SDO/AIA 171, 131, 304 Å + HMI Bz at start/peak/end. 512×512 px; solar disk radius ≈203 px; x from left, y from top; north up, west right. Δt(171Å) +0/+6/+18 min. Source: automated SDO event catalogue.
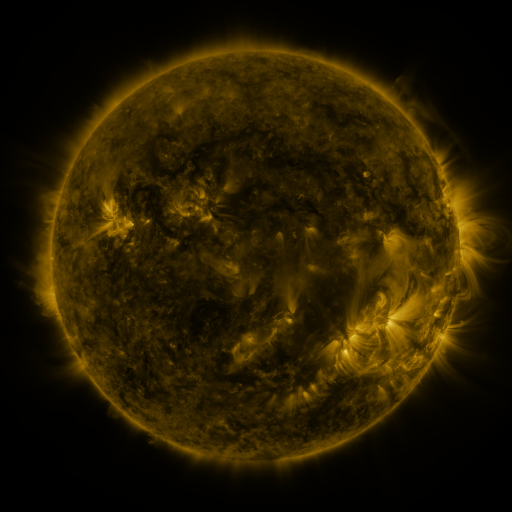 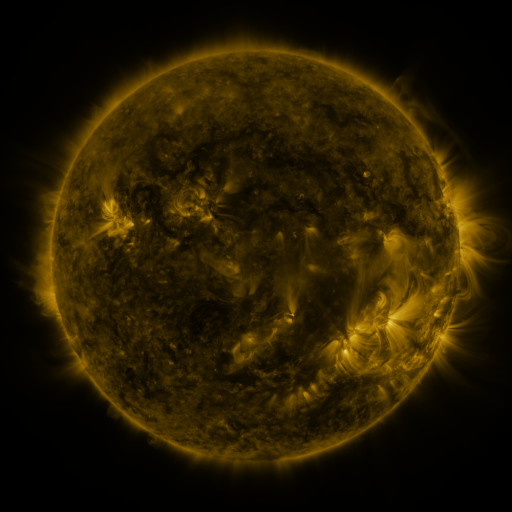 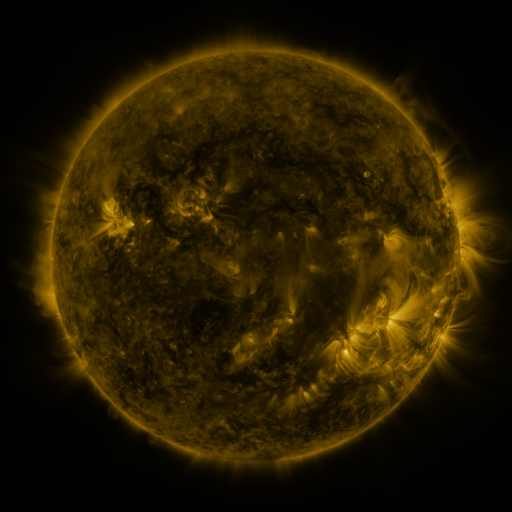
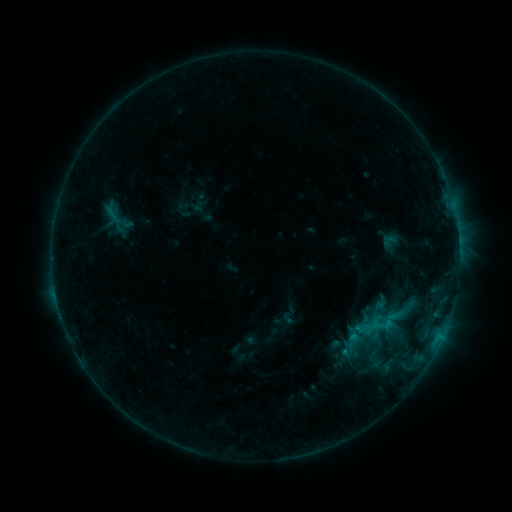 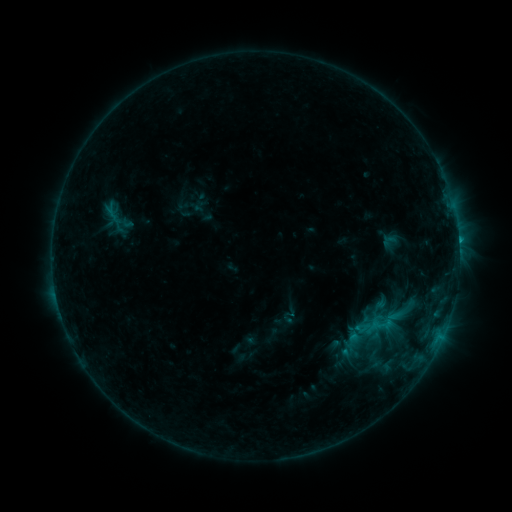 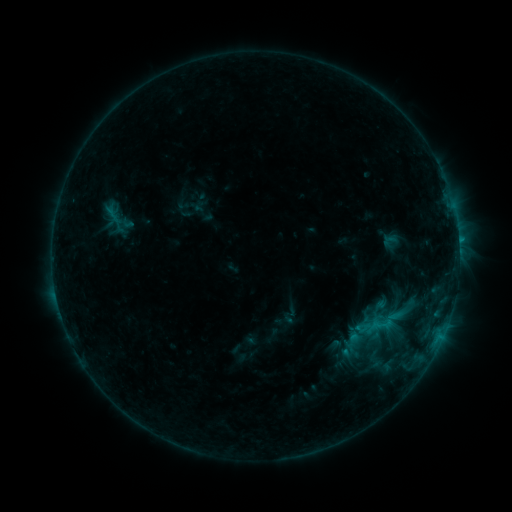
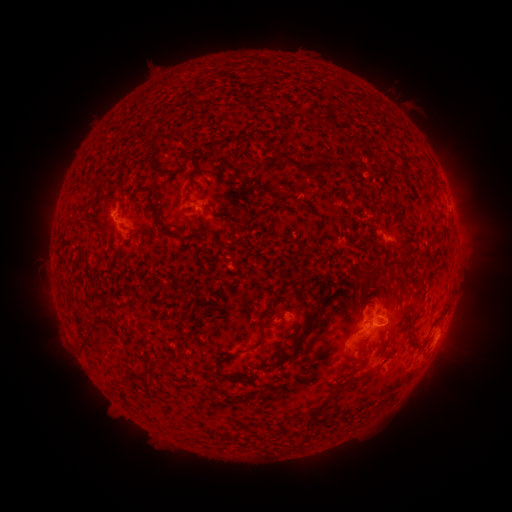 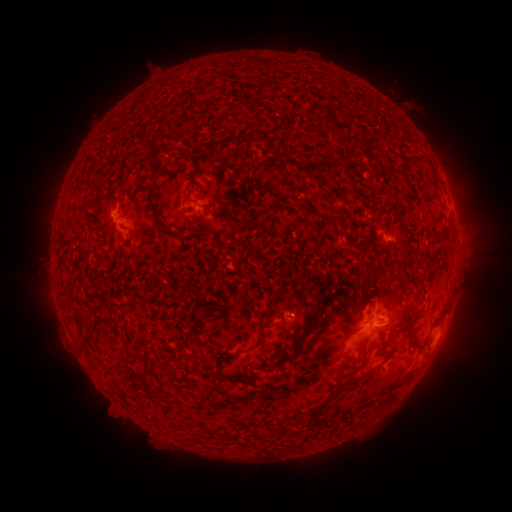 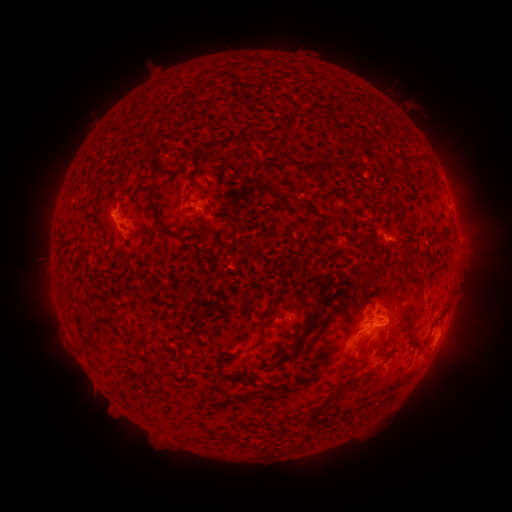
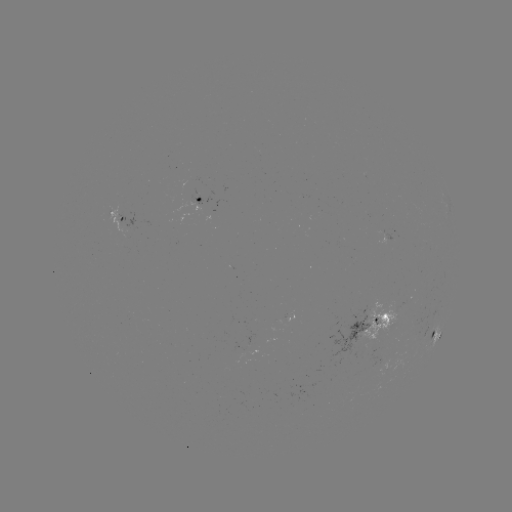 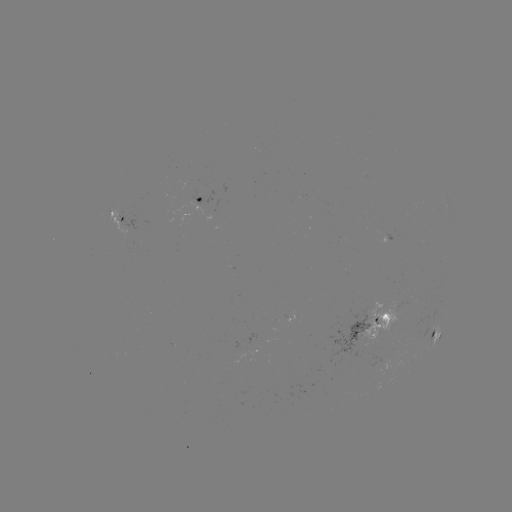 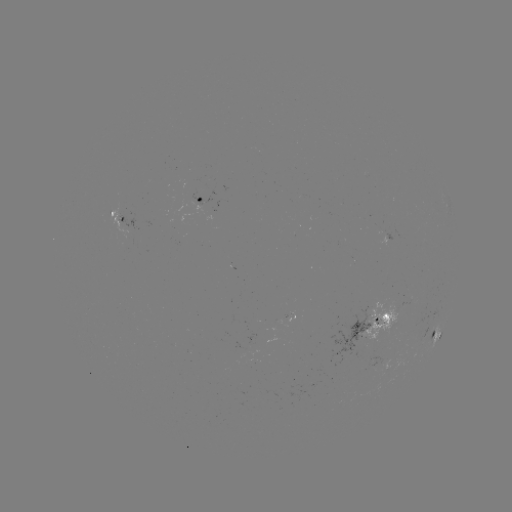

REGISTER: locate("C1.3 flare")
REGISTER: [458, 242]